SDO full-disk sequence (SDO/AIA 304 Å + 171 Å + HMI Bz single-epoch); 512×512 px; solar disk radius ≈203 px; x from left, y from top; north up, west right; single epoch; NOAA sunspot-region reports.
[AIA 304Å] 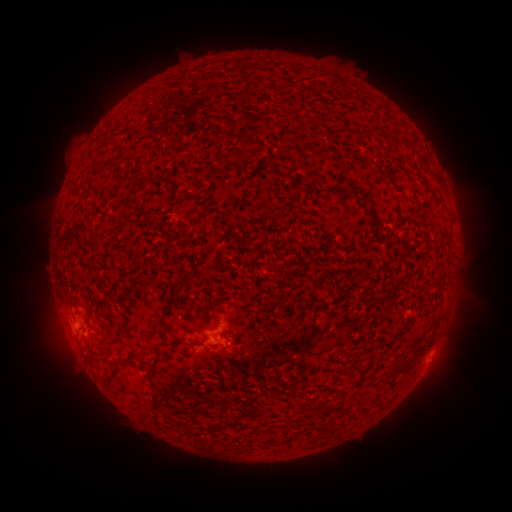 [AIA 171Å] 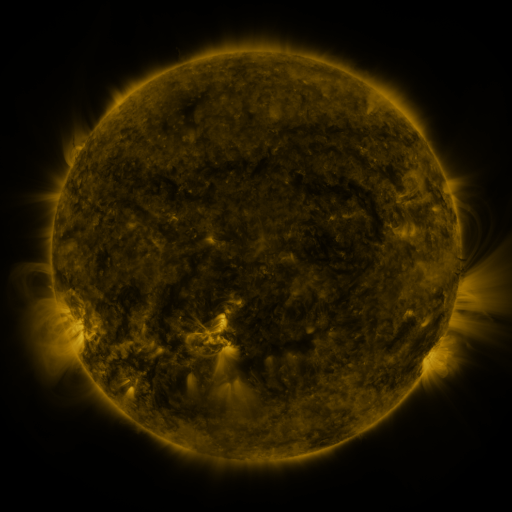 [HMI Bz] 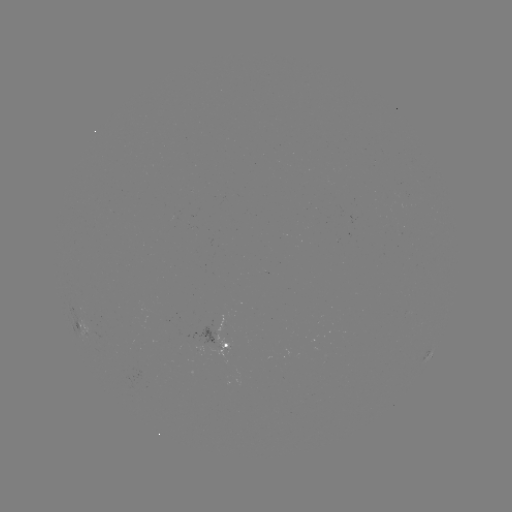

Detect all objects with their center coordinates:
spotted active region: (82, 322)
spotted active region: (222, 331)
spotted active region: (226, 341)
spotted active region: (428, 355)
